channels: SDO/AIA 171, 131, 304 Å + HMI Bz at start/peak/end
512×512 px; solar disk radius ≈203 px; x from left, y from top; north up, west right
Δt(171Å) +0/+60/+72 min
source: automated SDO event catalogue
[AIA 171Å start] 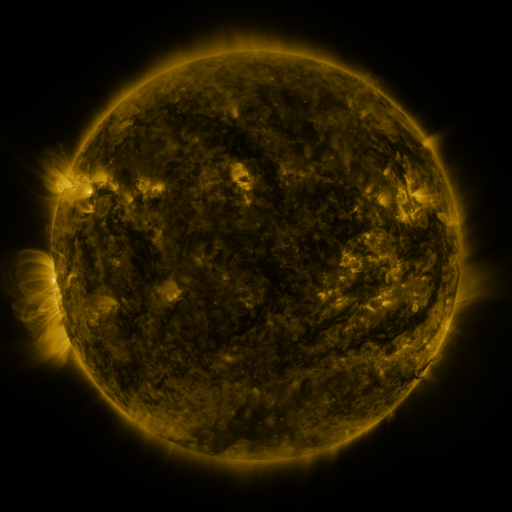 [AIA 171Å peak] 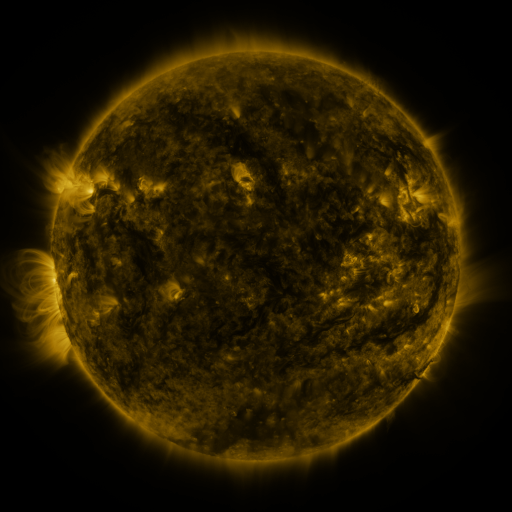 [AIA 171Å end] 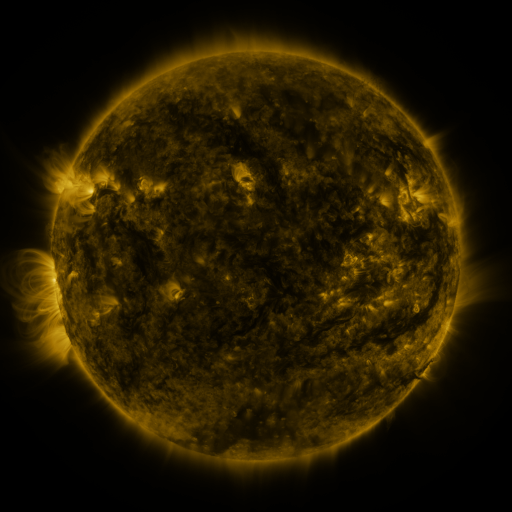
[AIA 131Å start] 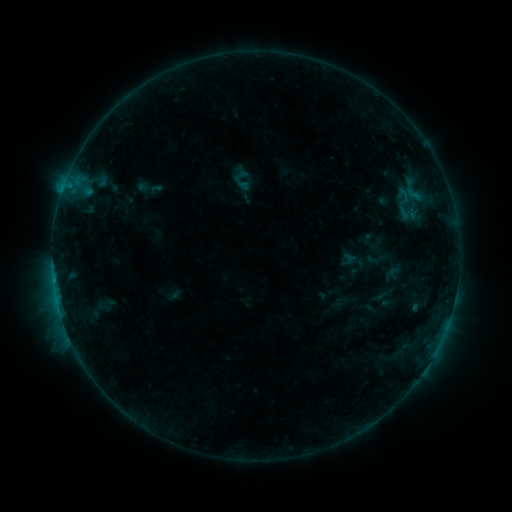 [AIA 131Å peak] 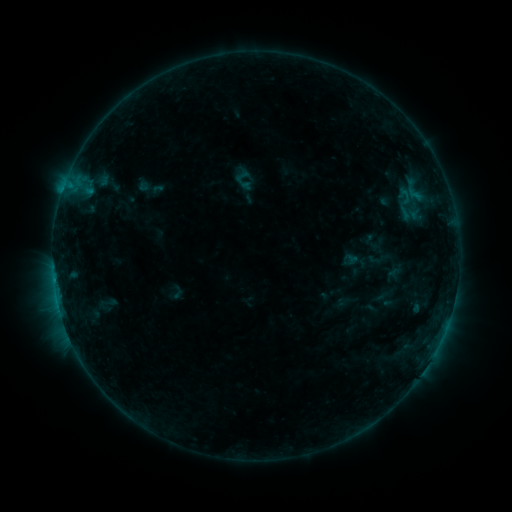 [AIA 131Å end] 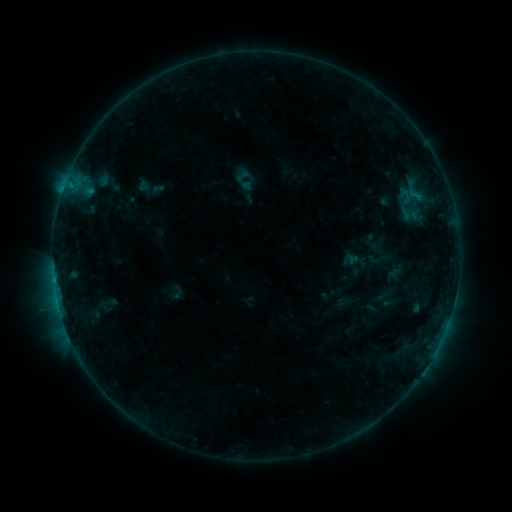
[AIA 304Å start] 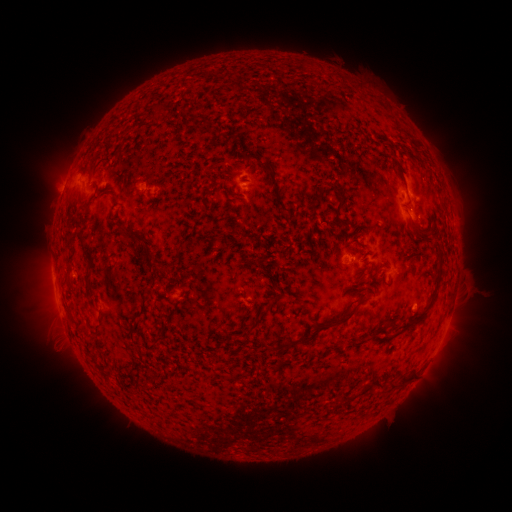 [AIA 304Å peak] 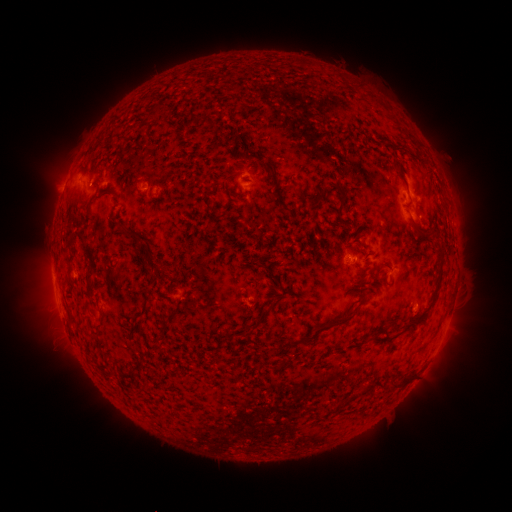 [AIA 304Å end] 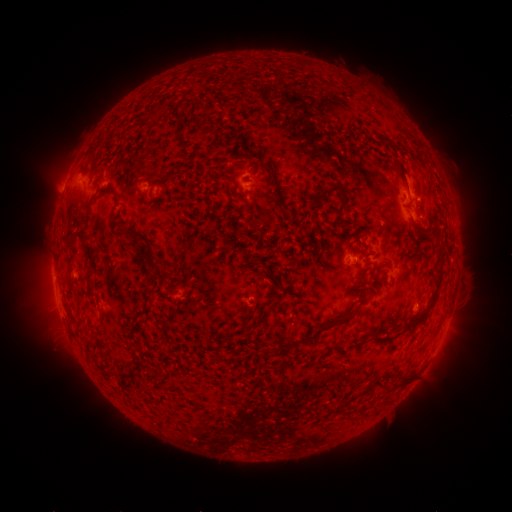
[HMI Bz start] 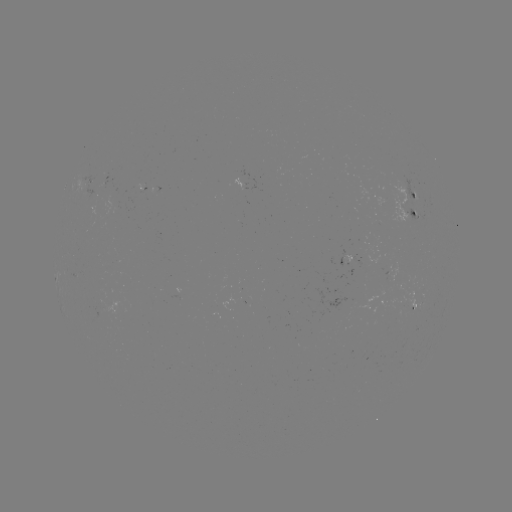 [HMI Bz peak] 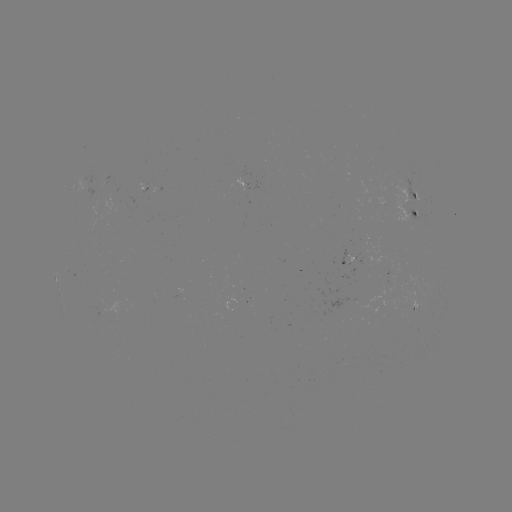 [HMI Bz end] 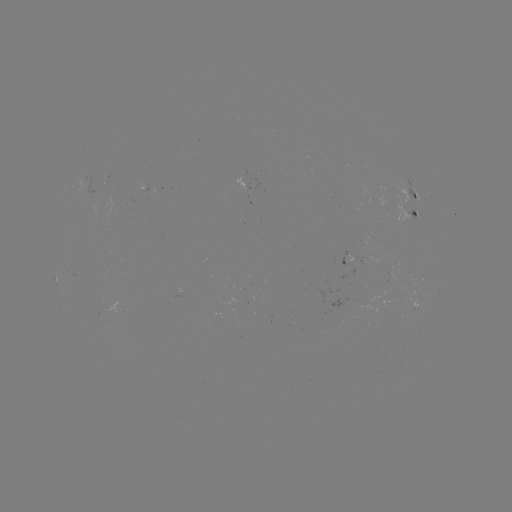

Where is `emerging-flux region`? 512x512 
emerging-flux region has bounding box [405, 207, 421, 223].